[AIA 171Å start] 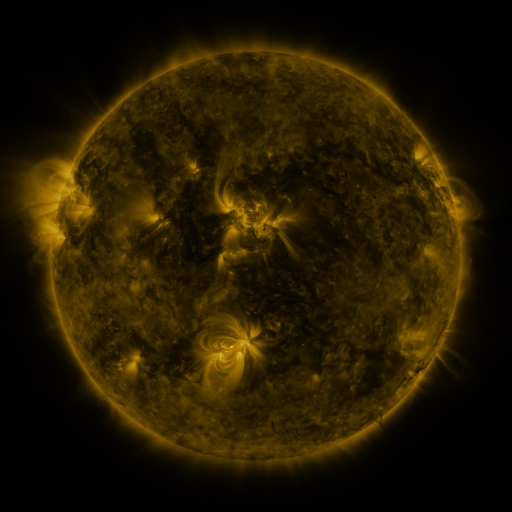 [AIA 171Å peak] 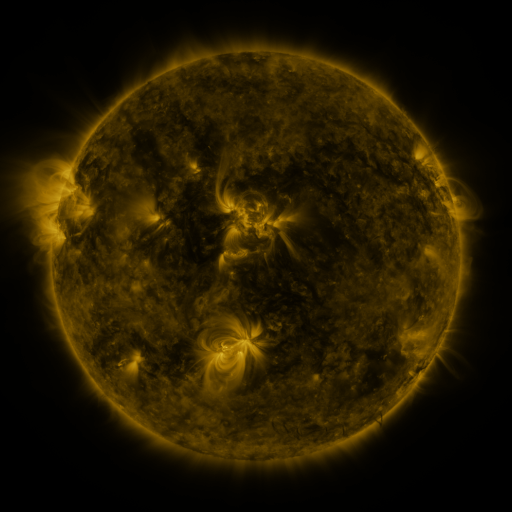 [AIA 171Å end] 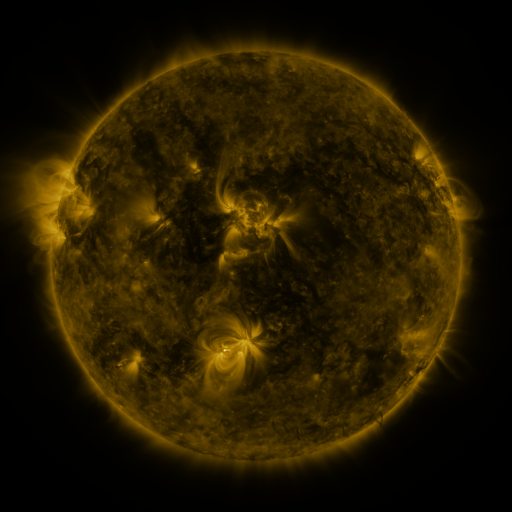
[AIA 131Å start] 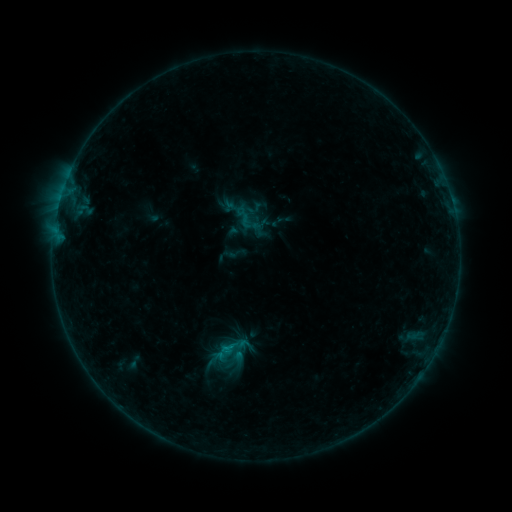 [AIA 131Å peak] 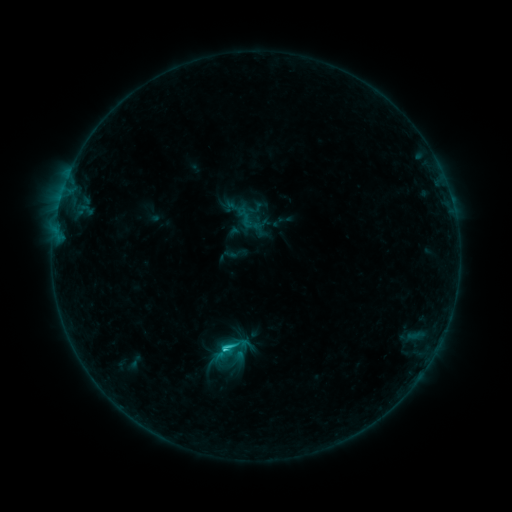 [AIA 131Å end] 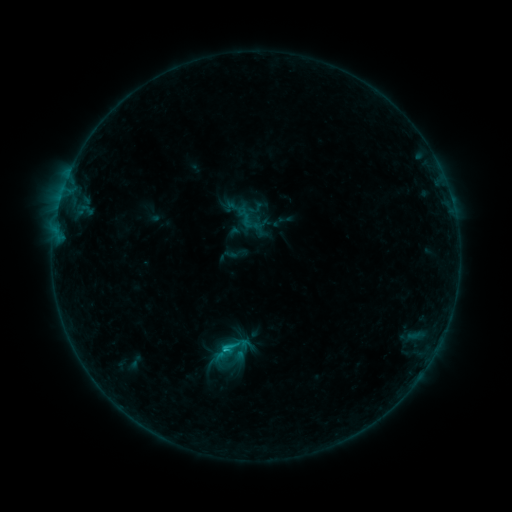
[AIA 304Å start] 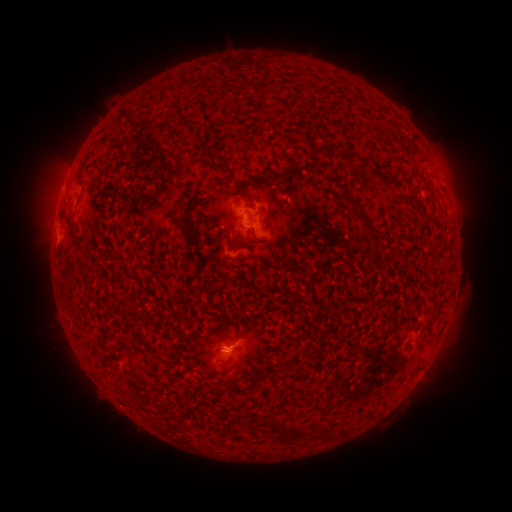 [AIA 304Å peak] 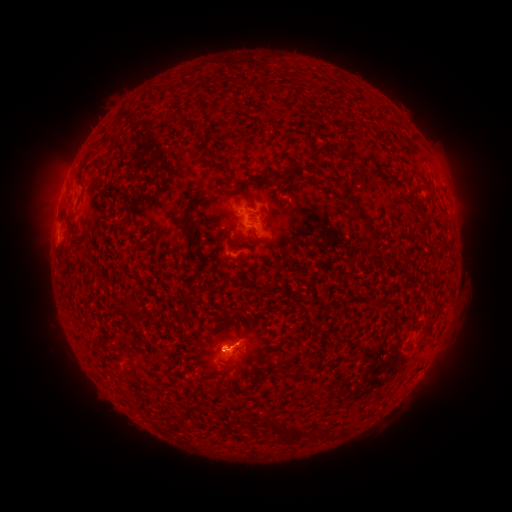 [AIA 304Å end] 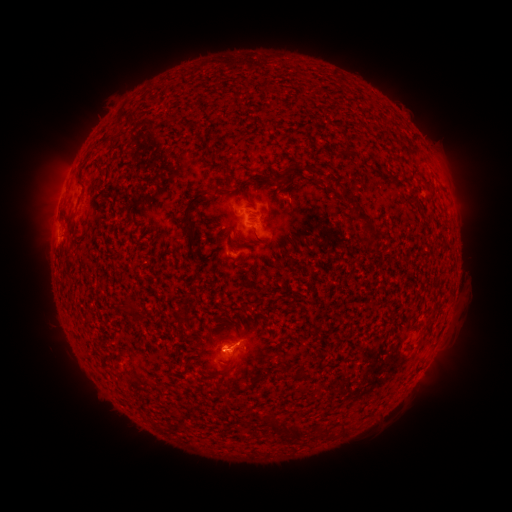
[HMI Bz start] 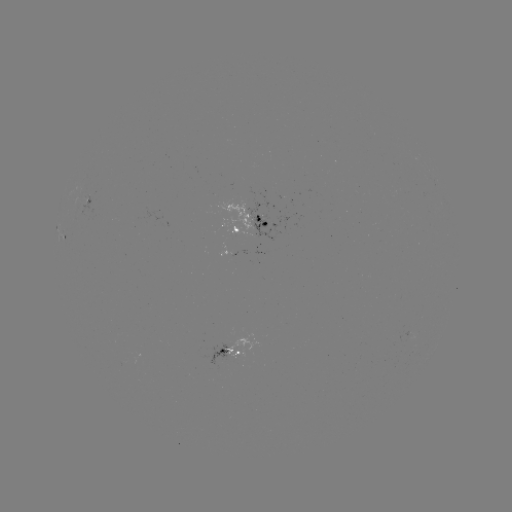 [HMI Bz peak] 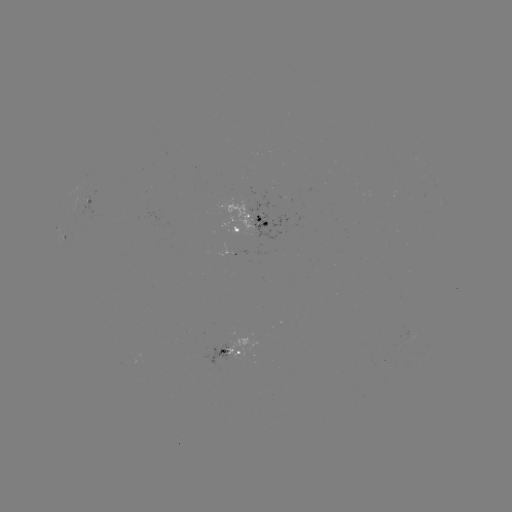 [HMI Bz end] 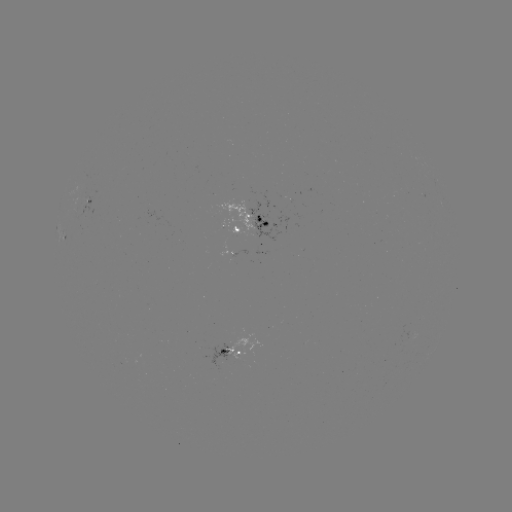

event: flare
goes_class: C1.5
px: (226, 348)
